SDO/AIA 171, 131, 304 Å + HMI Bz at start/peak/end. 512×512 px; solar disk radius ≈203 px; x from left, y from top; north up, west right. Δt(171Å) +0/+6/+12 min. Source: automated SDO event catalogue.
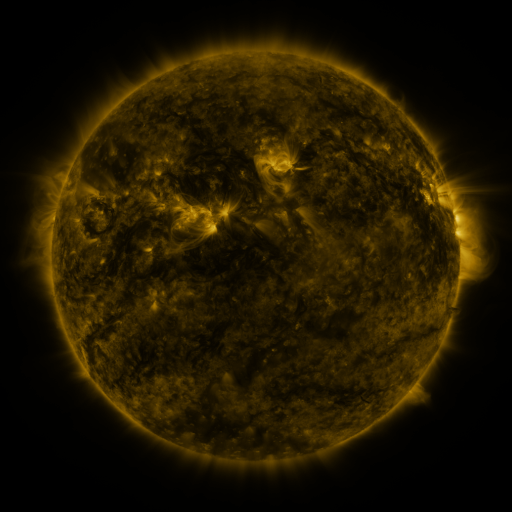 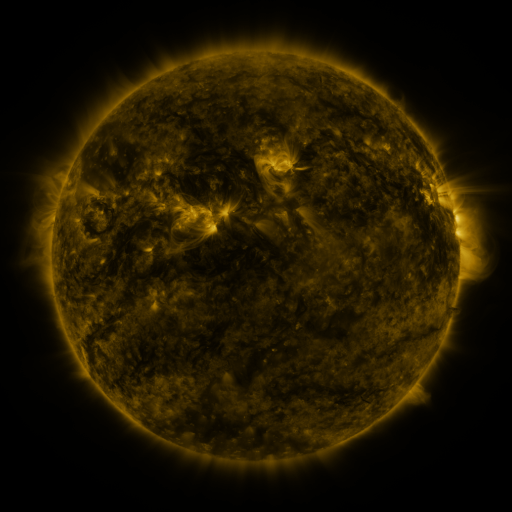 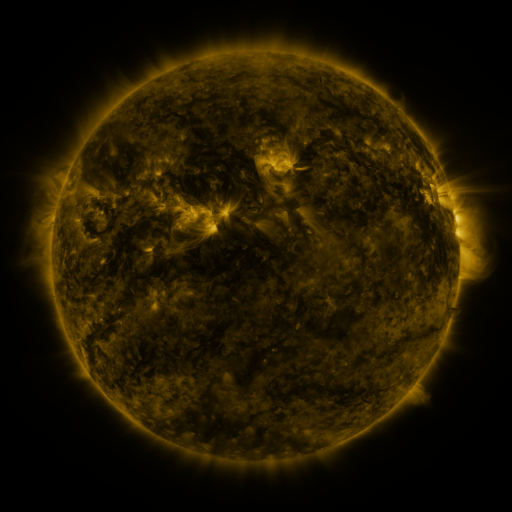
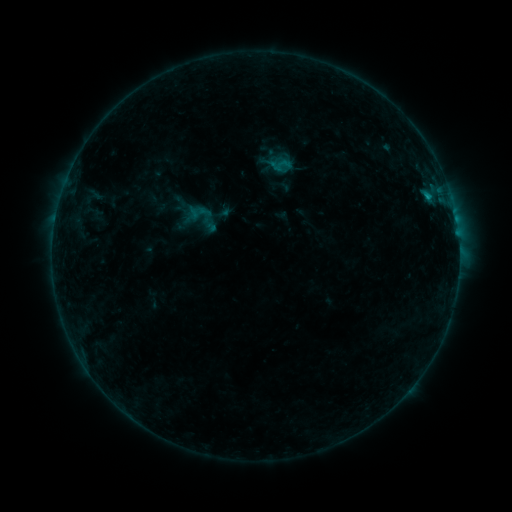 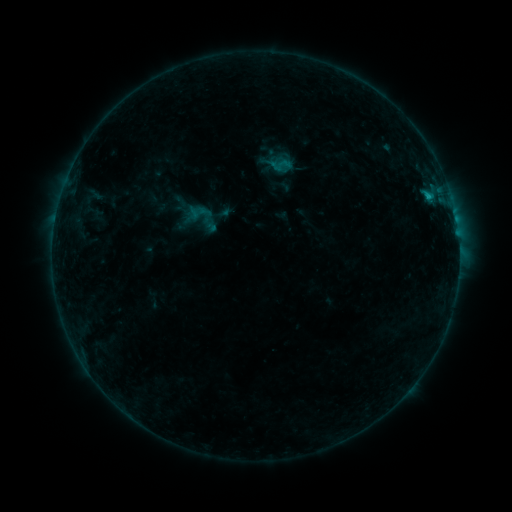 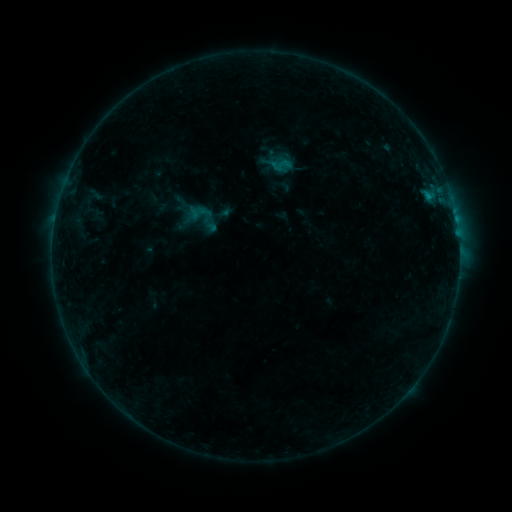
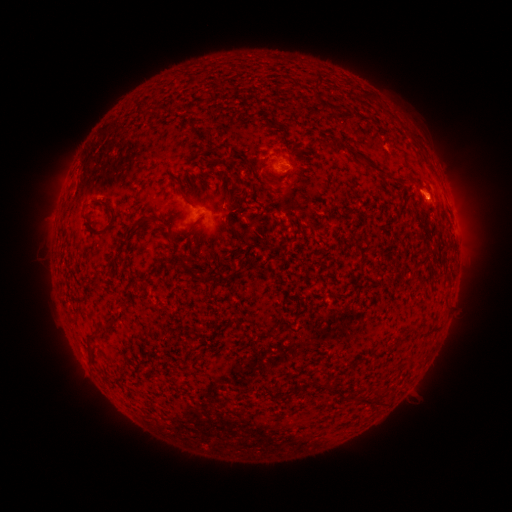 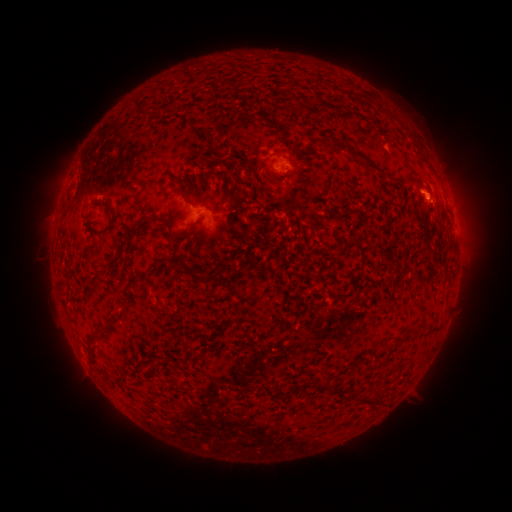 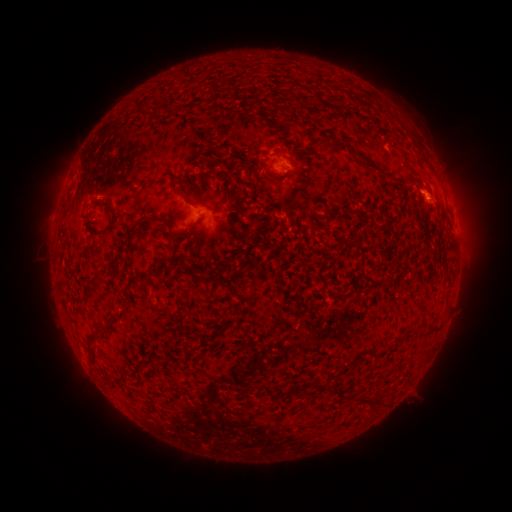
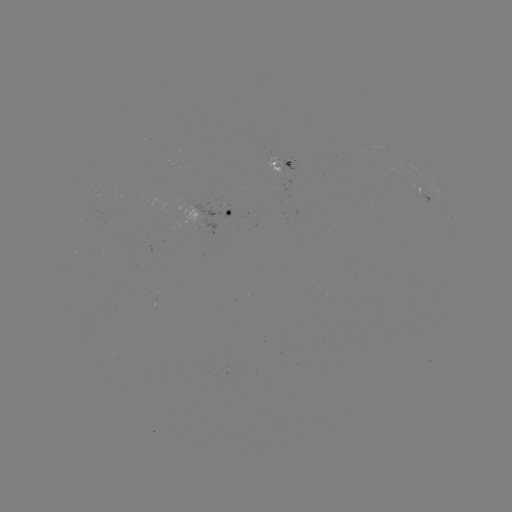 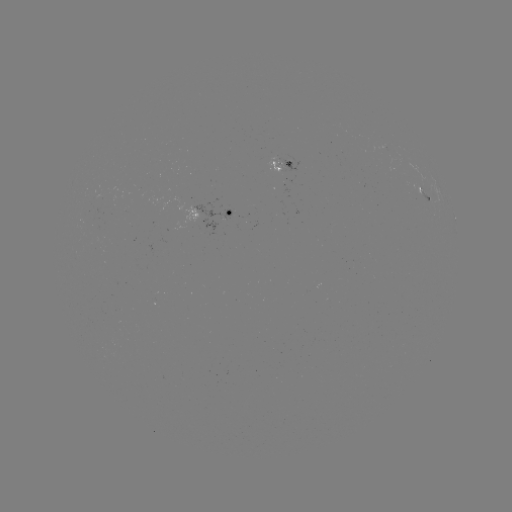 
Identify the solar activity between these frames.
B5.1 flare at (427, 198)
